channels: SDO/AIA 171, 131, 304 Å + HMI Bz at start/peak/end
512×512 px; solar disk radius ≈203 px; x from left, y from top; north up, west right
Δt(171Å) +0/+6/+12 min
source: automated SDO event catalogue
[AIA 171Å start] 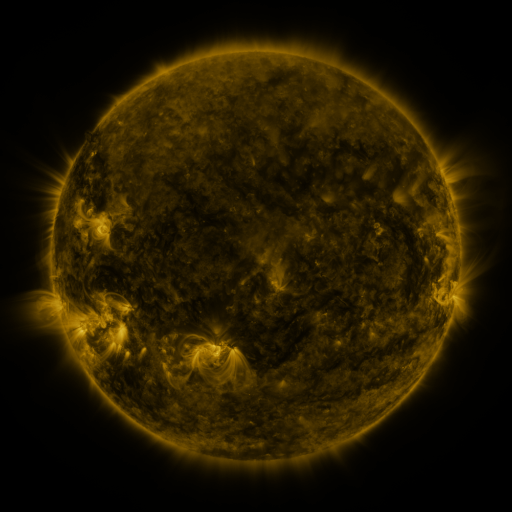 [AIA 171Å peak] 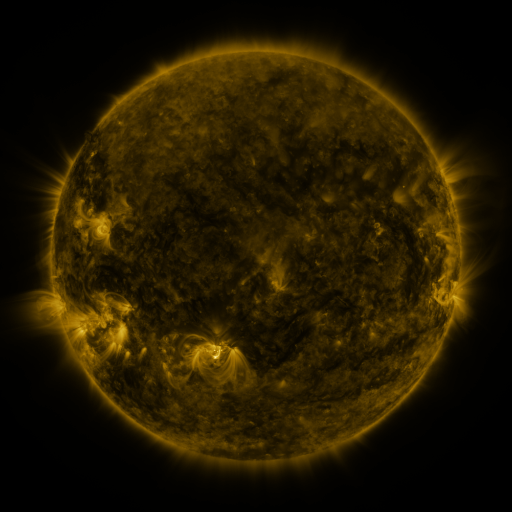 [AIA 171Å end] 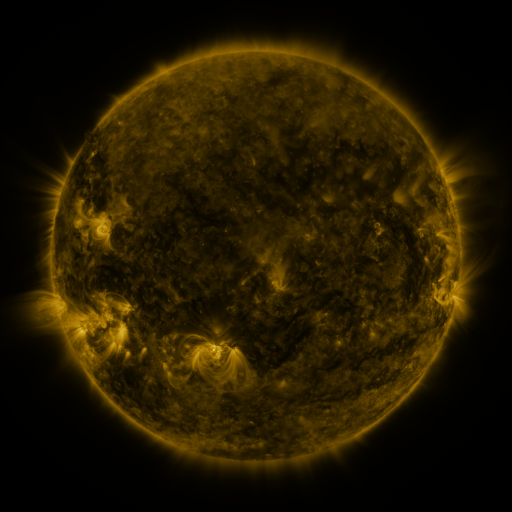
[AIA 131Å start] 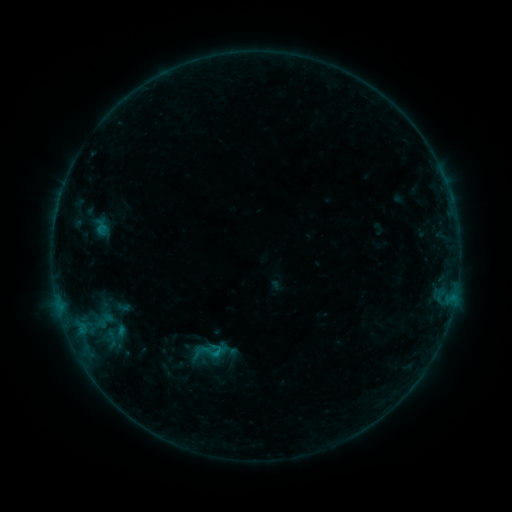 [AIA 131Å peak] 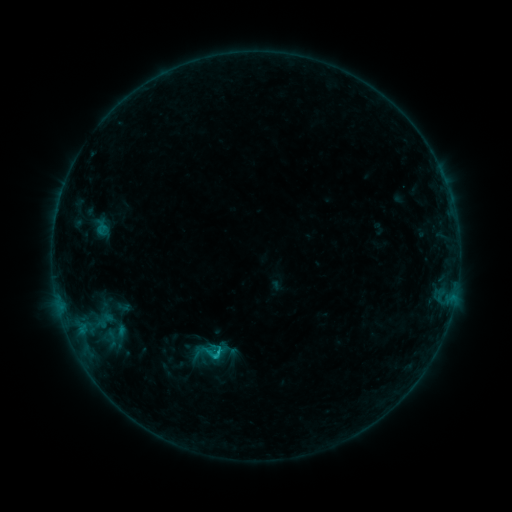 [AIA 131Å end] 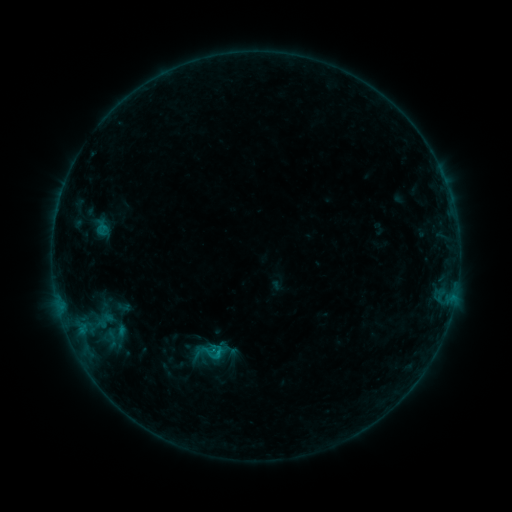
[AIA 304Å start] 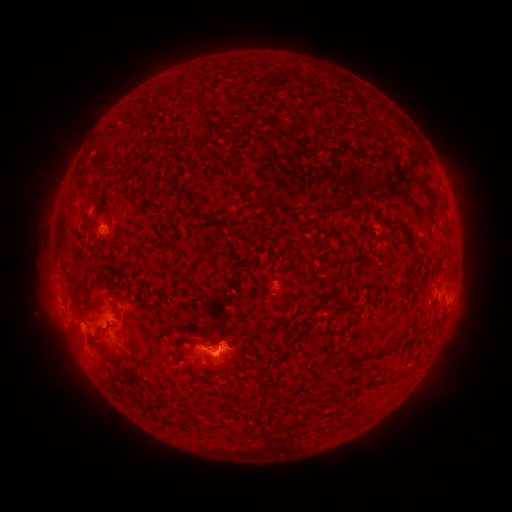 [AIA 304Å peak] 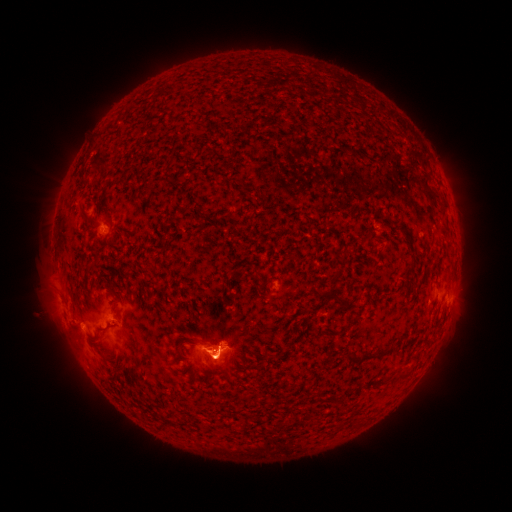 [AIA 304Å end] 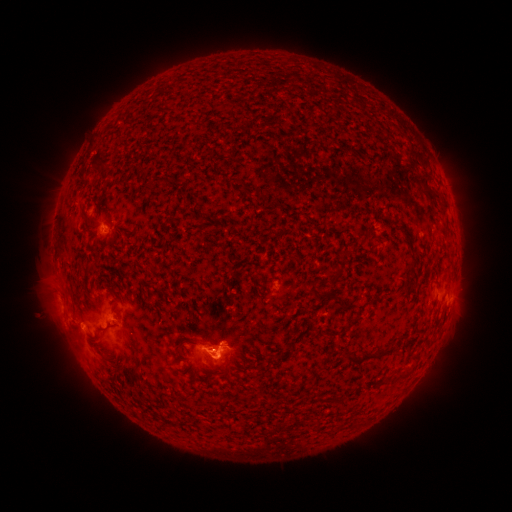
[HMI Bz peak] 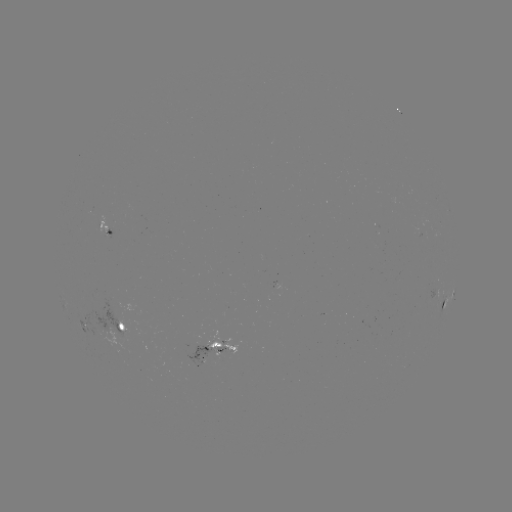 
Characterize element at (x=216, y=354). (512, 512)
B5.7 flare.